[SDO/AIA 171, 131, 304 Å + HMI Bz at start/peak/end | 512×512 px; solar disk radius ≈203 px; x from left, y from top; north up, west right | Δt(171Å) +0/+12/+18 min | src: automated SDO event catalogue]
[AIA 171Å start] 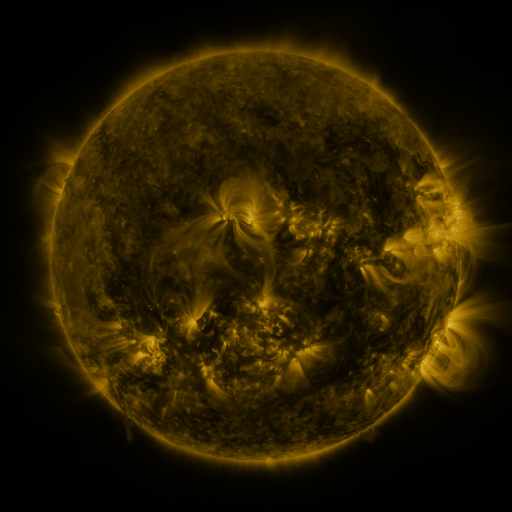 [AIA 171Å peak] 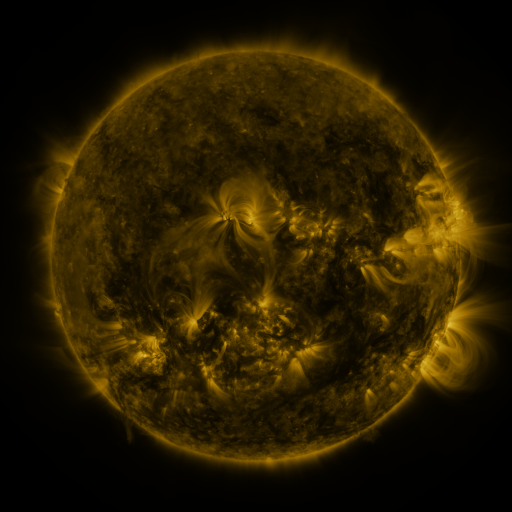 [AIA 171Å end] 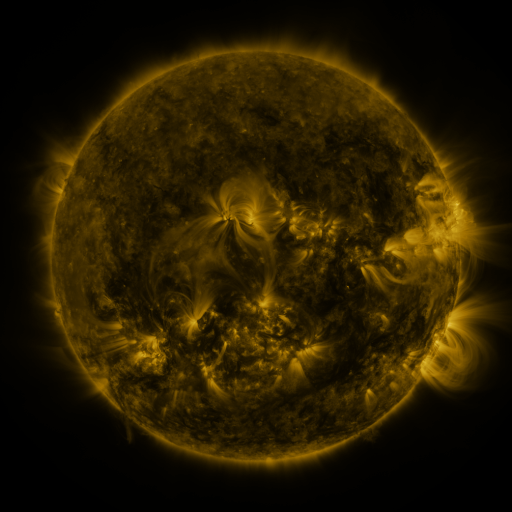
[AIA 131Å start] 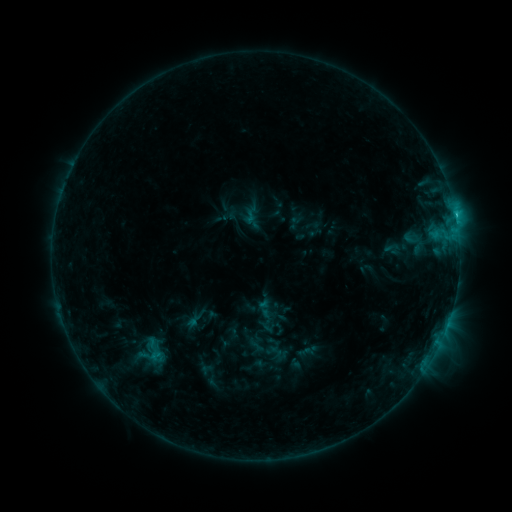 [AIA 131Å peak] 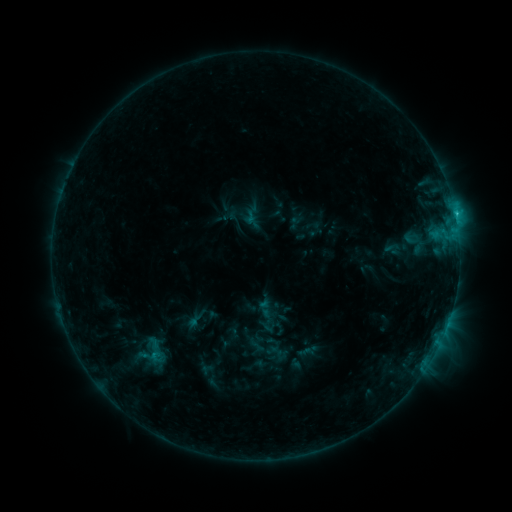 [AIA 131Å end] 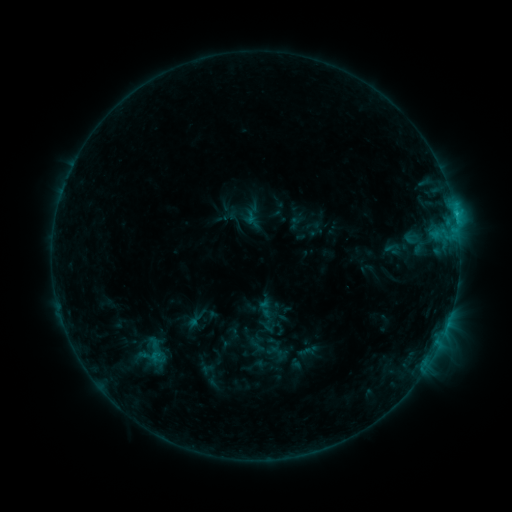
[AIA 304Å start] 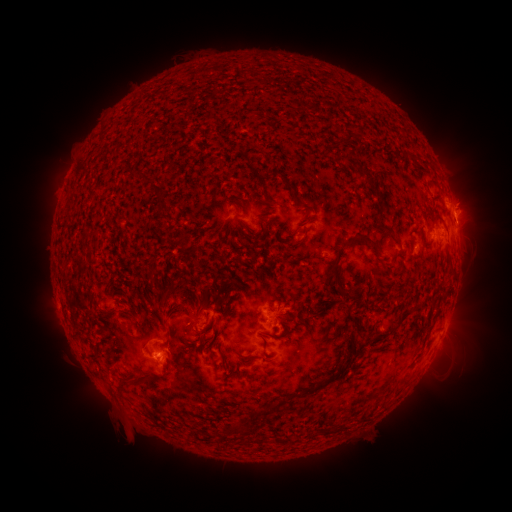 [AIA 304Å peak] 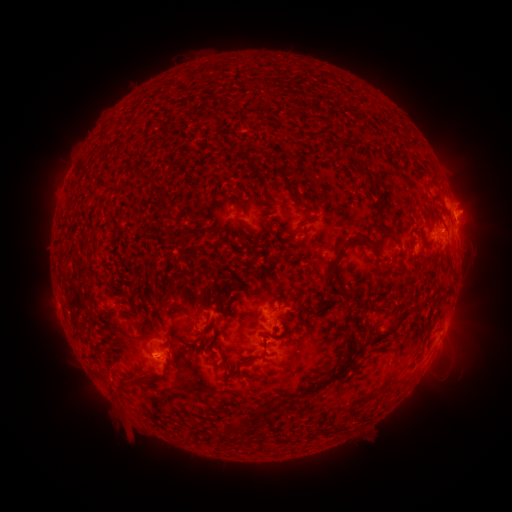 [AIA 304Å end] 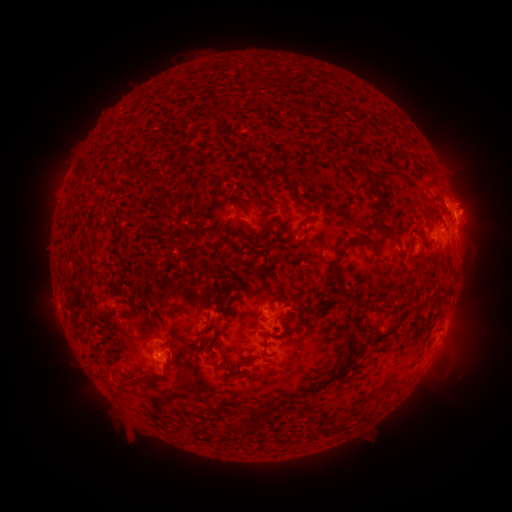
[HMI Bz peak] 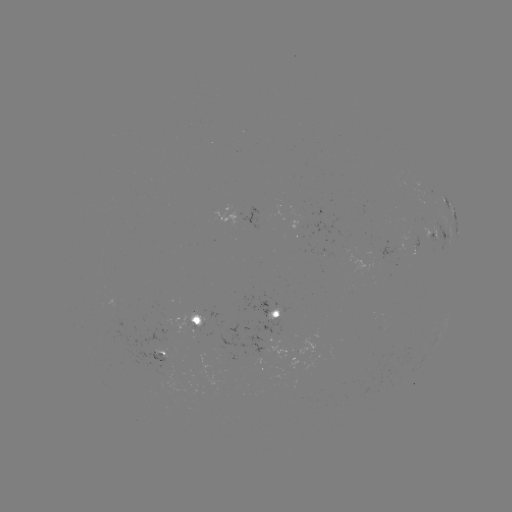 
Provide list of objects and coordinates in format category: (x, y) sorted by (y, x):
C1.6 flare: (153, 353)
